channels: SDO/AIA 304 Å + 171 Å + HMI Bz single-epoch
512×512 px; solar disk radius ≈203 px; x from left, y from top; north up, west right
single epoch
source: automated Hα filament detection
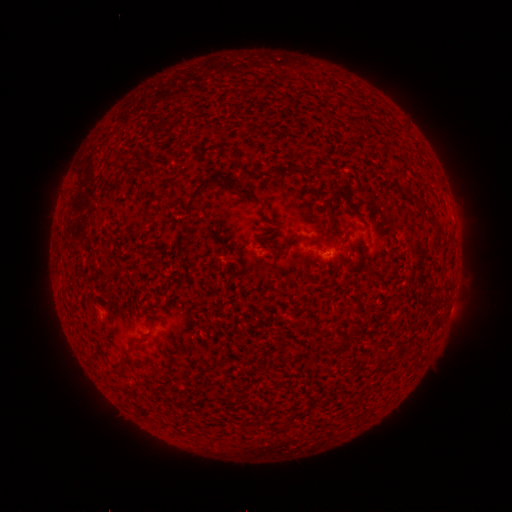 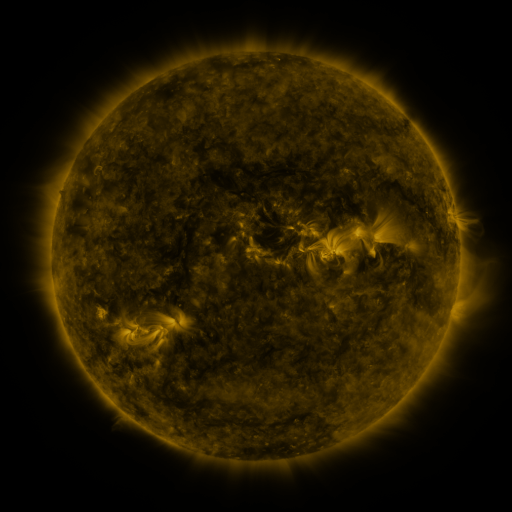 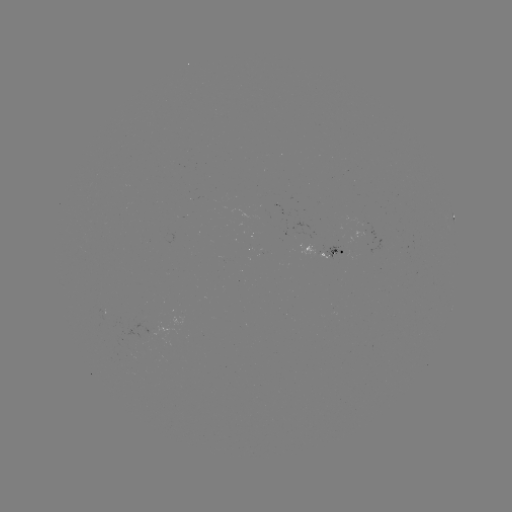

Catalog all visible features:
filament: <bbox>228, 149, 239, 160</bbox>
filament: <bbox>290, 165, 316, 174</bbox>
filament: <bbox>184, 178, 212, 213</bbox>
filament: <bbox>236, 188, 262, 205</bbox>
filament: <bbox>322, 191, 342, 215</bbox>
filament: <bbox>412, 194, 429, 213</bbox>
filament: <bbox>180, 224, 189, 233</bbox>
filament: <bbox>288, 235, 299, 246</bbox>
filament: <bbox>319, 340, 337, 352</bbox>
